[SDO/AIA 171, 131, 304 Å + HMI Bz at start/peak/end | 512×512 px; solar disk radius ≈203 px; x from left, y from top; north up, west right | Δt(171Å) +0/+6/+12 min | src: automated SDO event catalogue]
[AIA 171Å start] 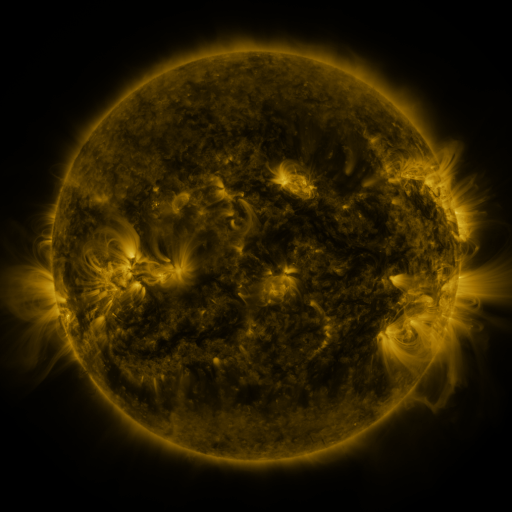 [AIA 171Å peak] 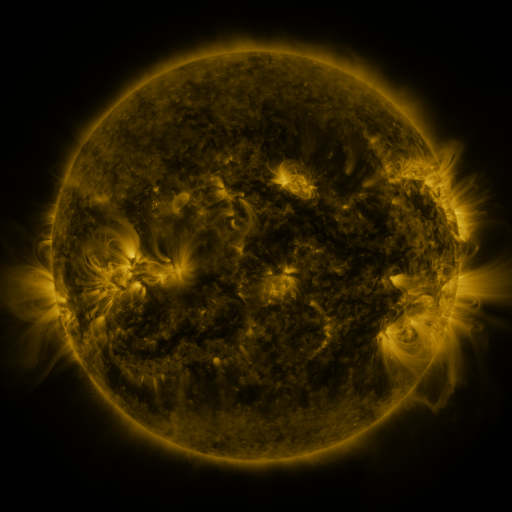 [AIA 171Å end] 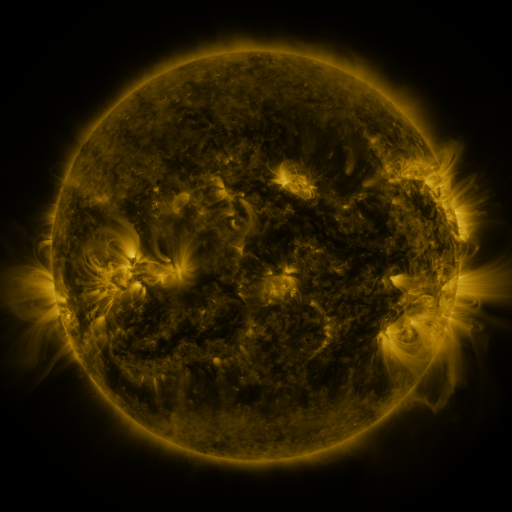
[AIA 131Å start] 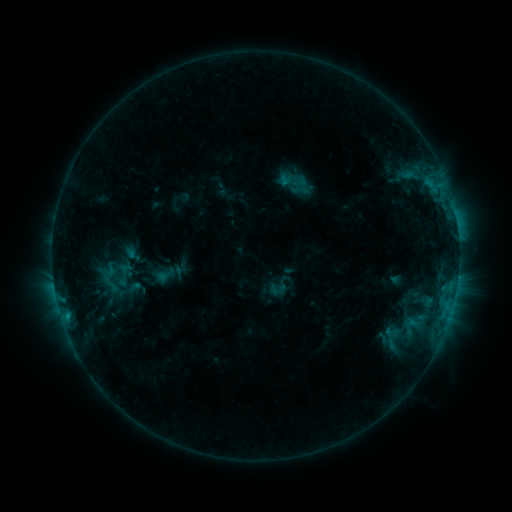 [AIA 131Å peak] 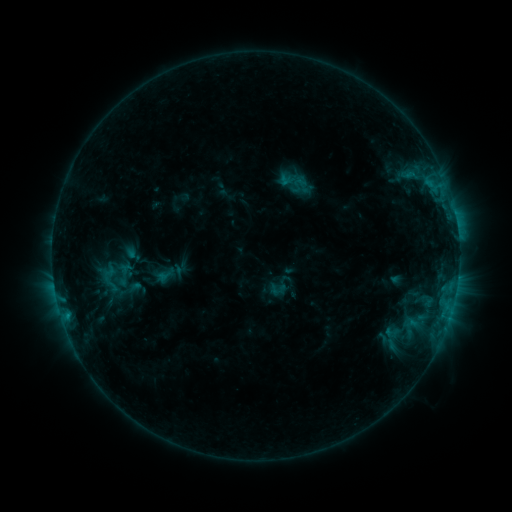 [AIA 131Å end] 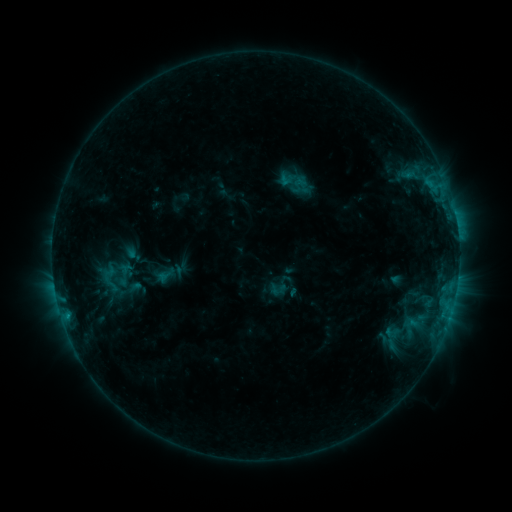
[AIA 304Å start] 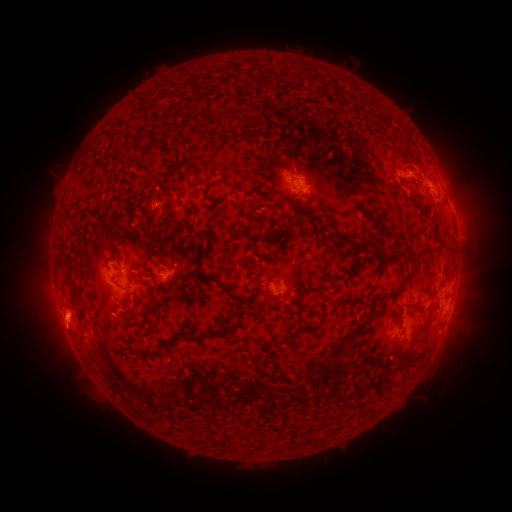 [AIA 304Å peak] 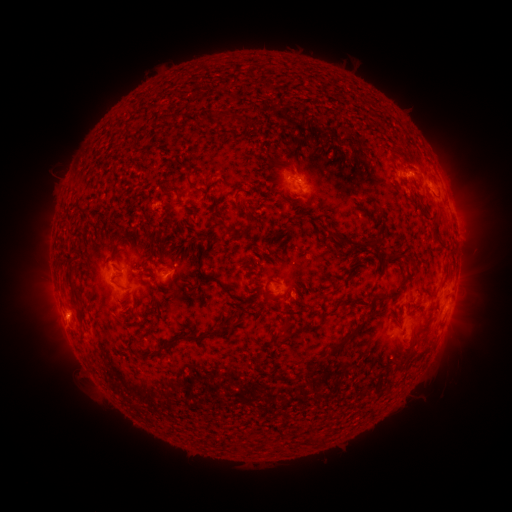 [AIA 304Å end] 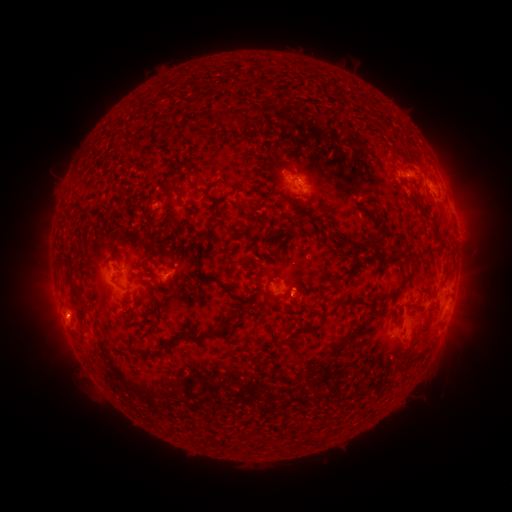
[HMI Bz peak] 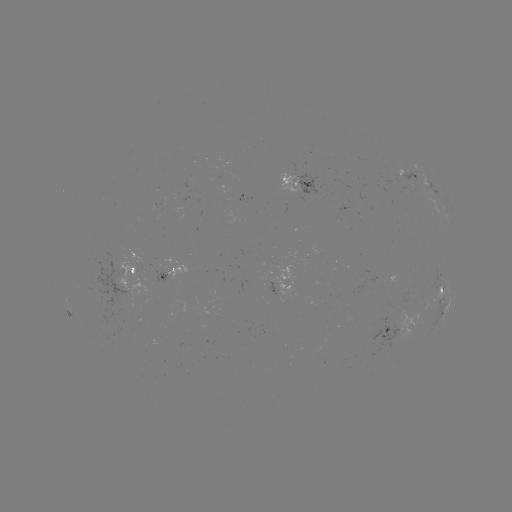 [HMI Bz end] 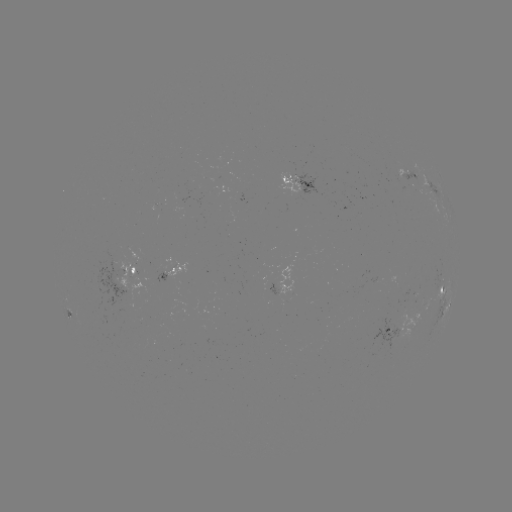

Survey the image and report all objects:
eruption: (306, 295)
